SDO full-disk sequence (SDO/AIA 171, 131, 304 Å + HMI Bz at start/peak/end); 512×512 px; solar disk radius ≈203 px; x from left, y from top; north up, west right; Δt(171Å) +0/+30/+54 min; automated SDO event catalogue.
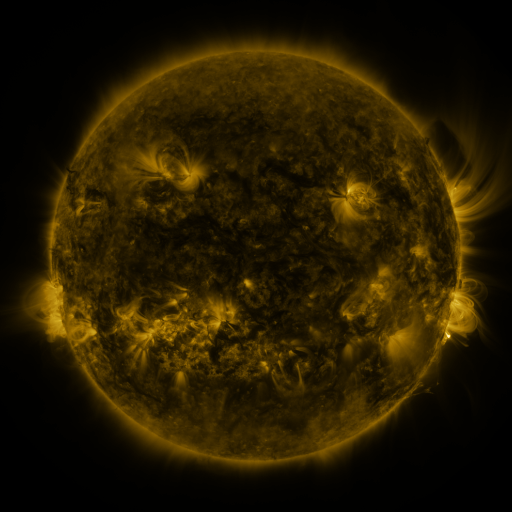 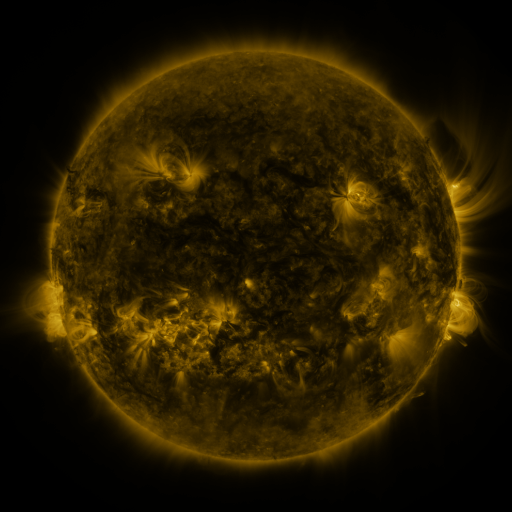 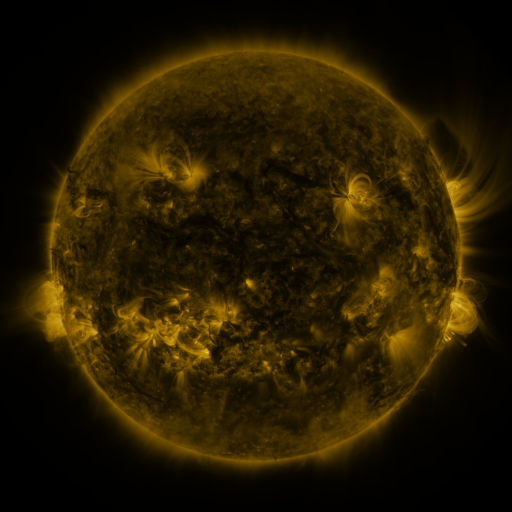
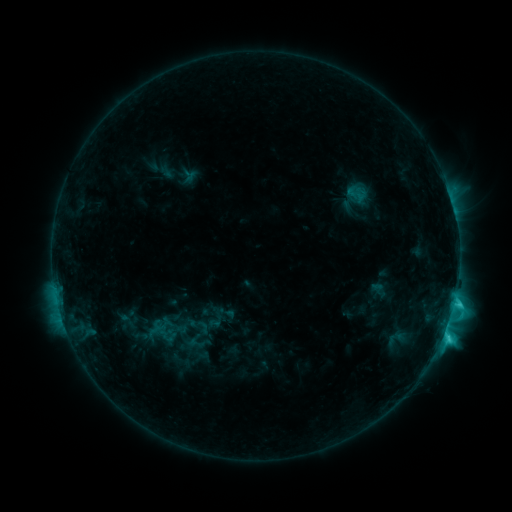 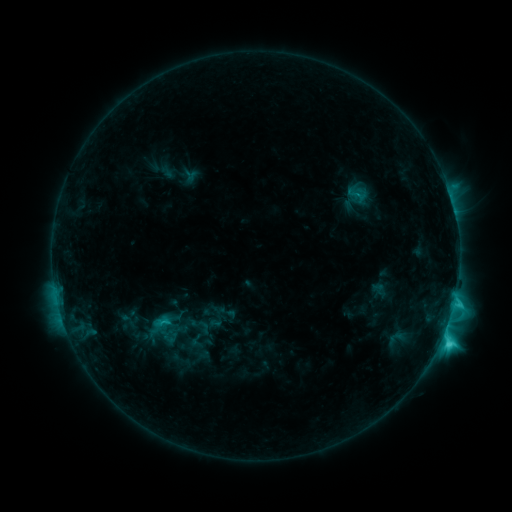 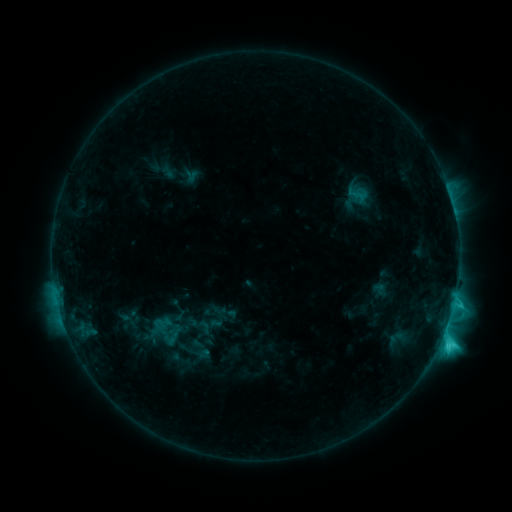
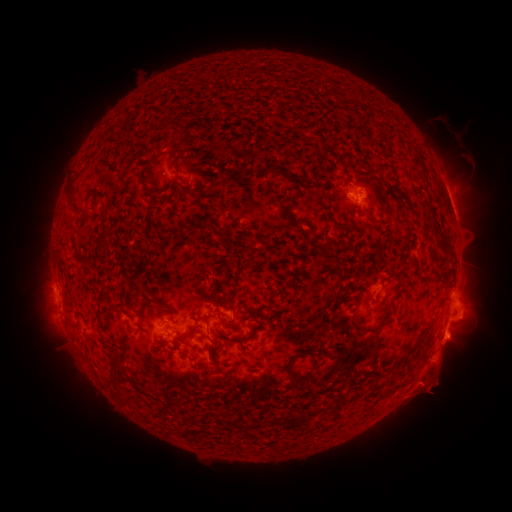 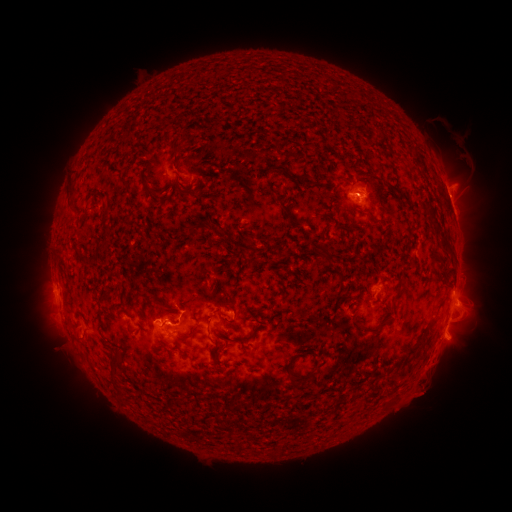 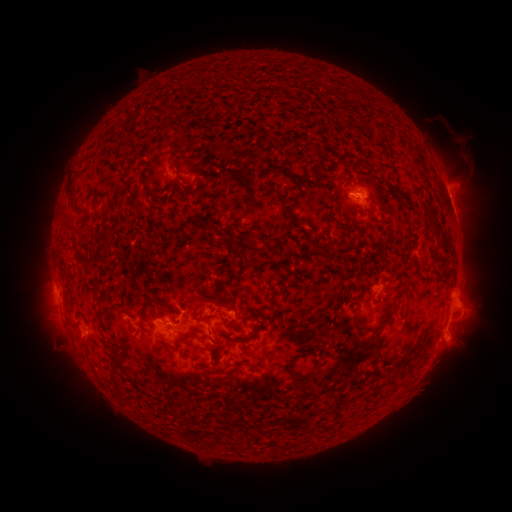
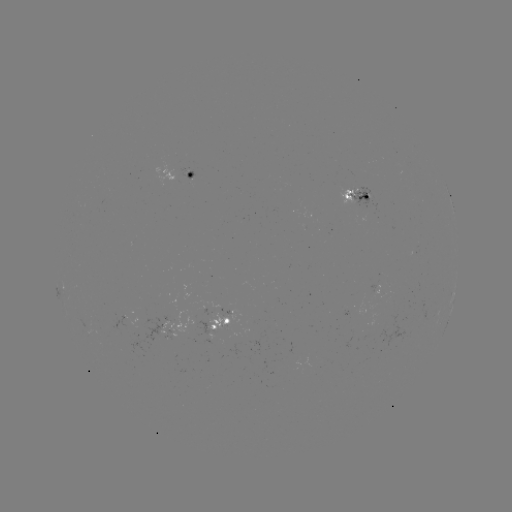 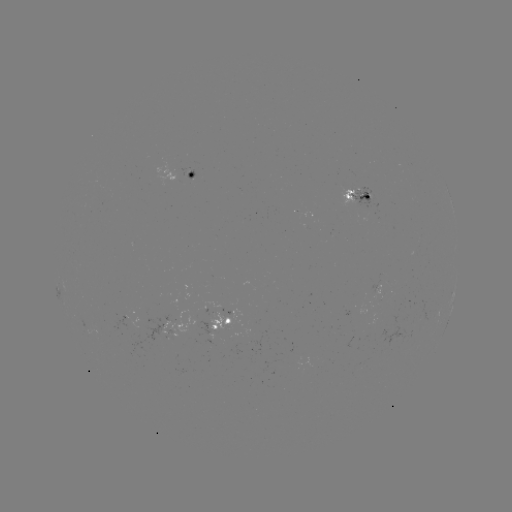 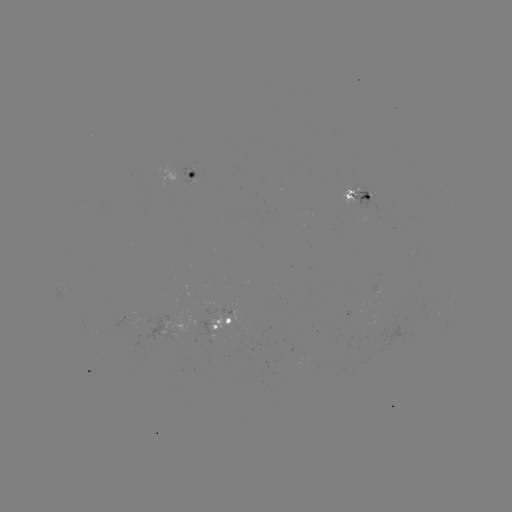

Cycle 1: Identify C5.4 flare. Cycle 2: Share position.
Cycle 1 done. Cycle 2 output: [441, 338].